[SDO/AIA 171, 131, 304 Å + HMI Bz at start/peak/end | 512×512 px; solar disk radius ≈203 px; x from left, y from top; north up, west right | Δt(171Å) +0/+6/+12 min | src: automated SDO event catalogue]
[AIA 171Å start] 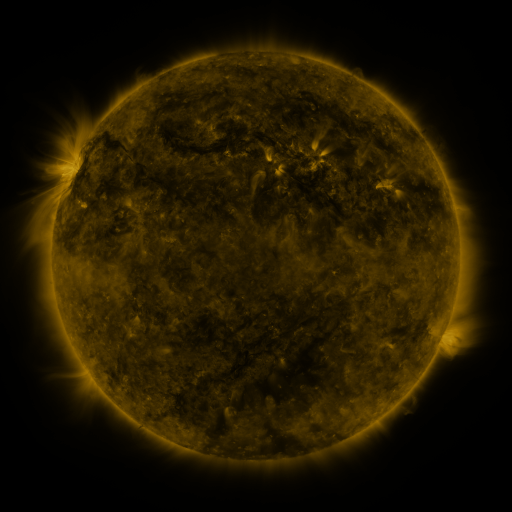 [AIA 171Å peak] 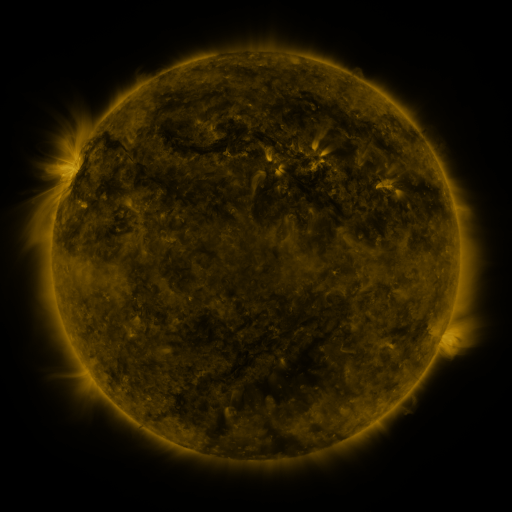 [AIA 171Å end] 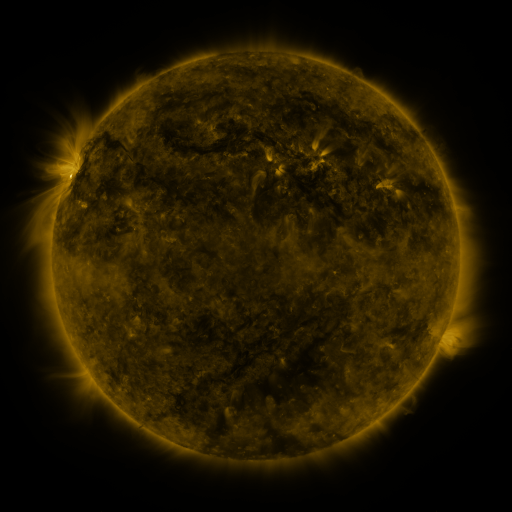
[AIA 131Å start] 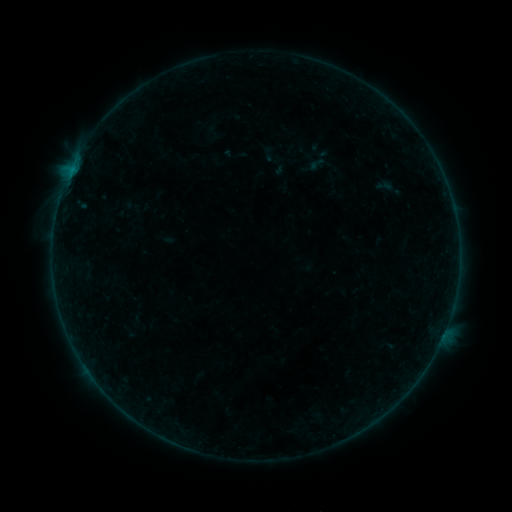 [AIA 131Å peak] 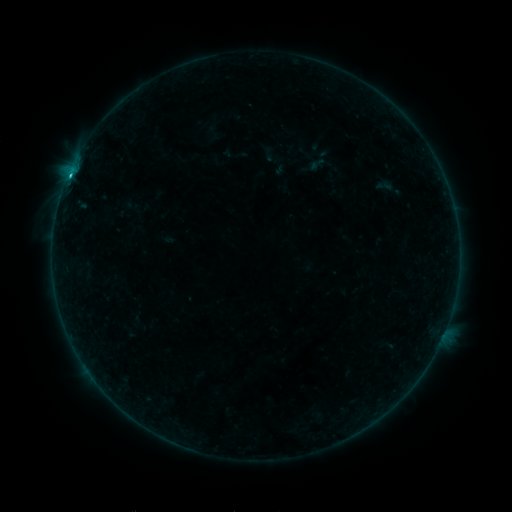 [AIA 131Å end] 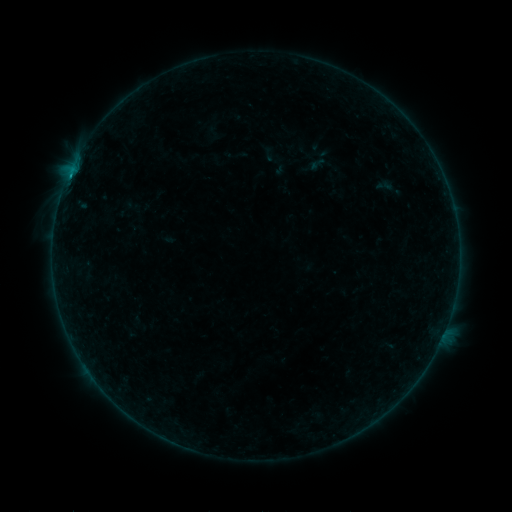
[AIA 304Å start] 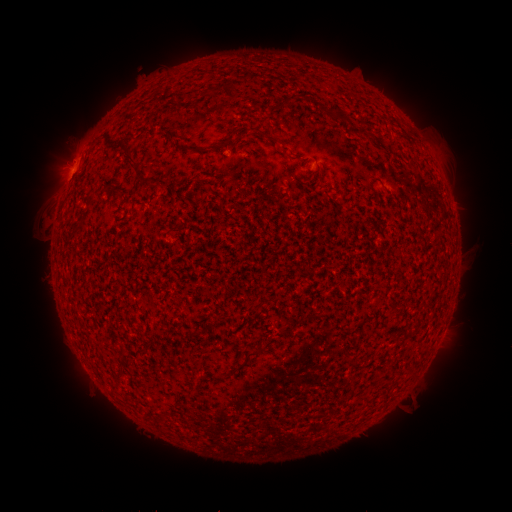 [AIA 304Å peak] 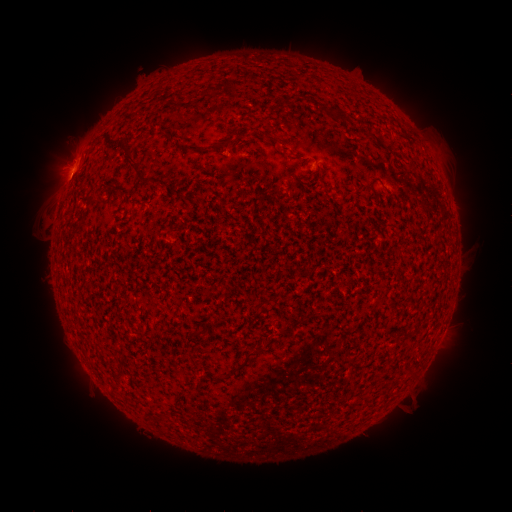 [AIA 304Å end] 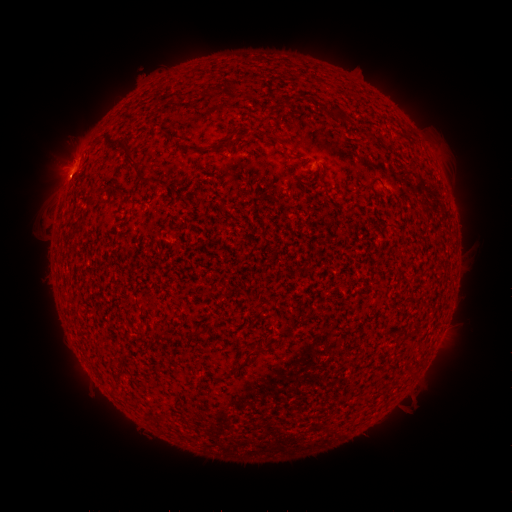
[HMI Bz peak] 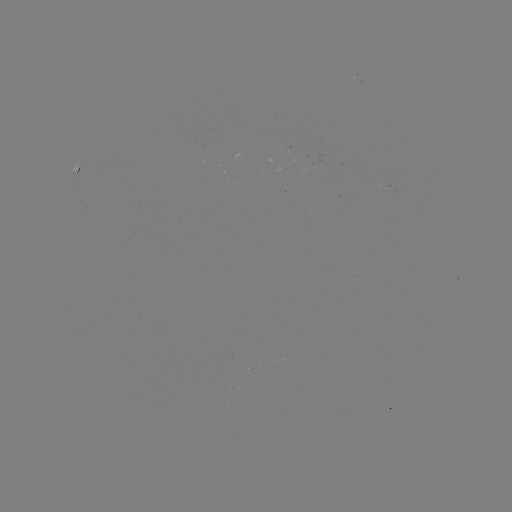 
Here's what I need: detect B5.7 flare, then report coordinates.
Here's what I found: B5.7 flare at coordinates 71,176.